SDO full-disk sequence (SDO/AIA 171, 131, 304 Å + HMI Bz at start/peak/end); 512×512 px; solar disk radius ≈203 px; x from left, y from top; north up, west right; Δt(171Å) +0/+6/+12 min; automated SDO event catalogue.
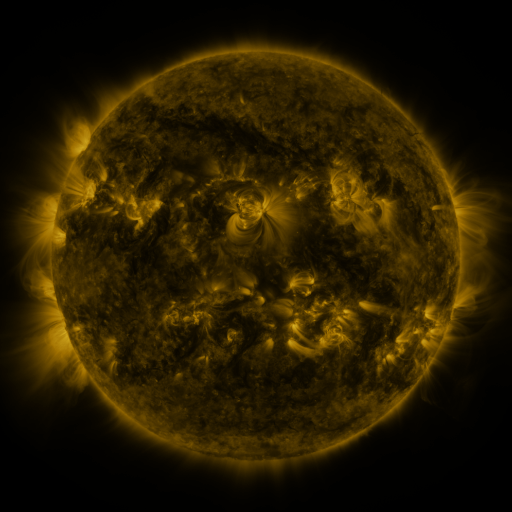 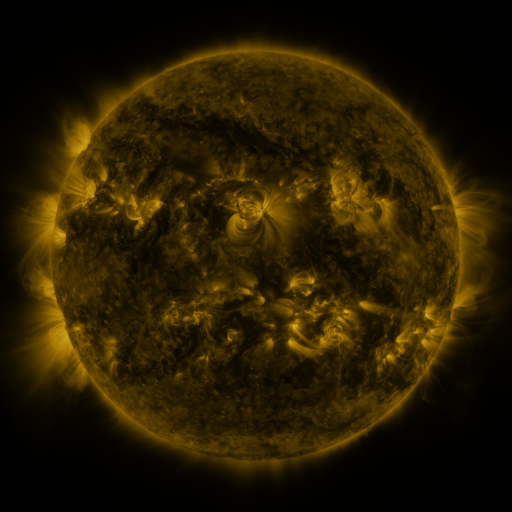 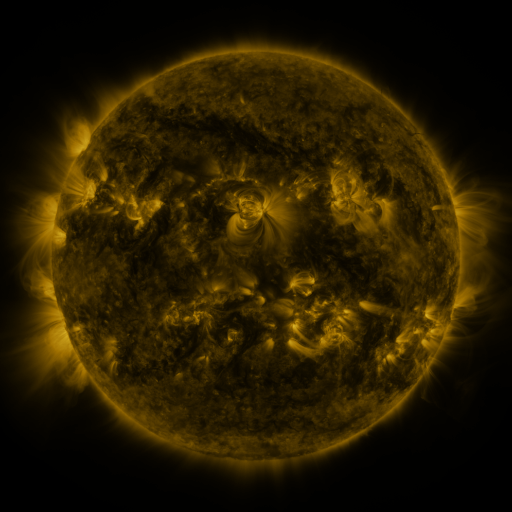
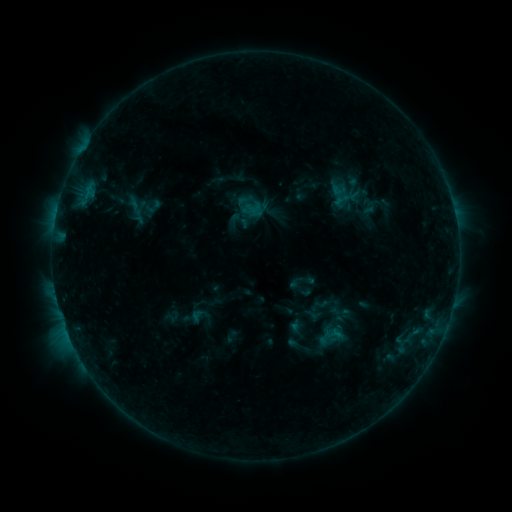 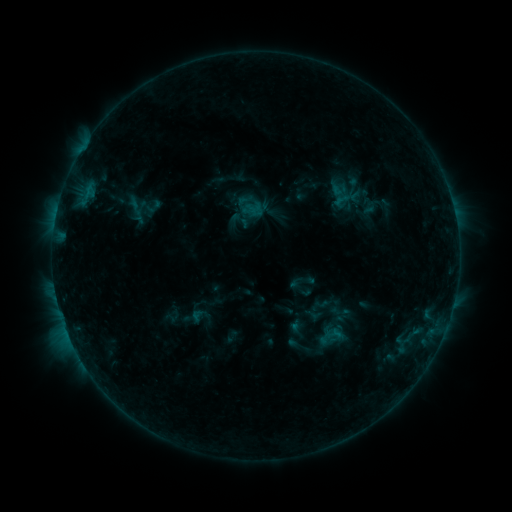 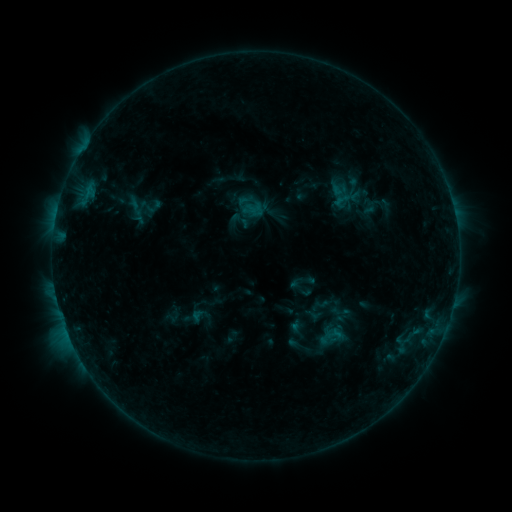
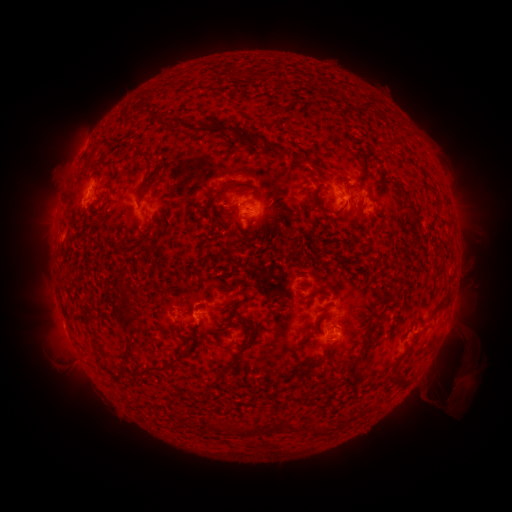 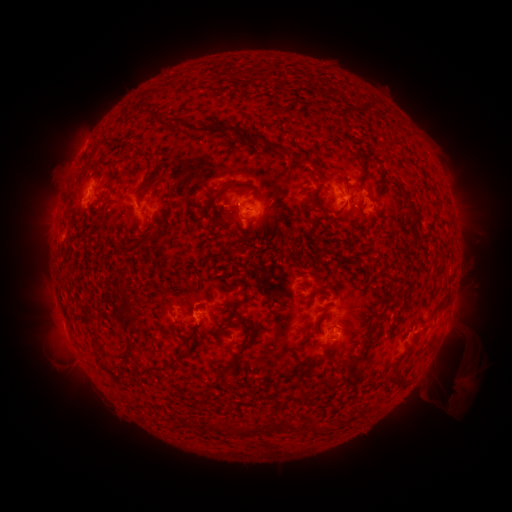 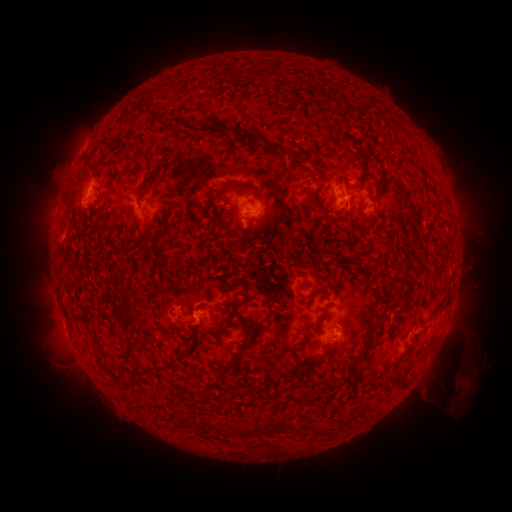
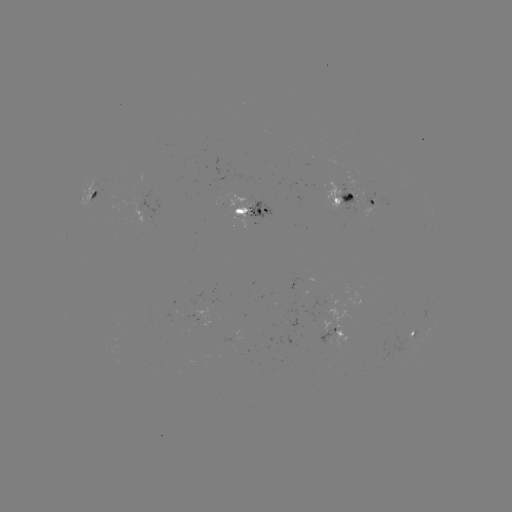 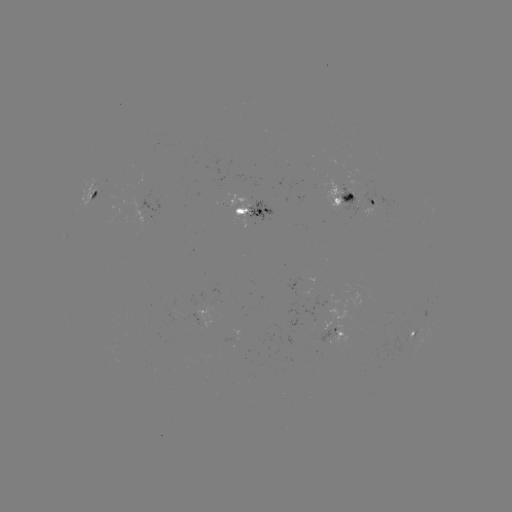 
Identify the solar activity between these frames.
nothing was catalogued: no classed flare, no EUV trigger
